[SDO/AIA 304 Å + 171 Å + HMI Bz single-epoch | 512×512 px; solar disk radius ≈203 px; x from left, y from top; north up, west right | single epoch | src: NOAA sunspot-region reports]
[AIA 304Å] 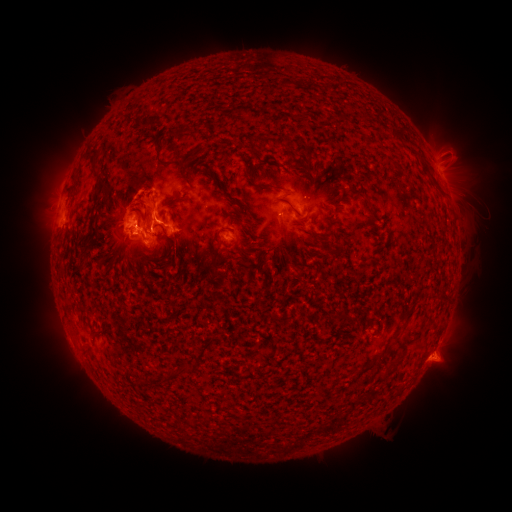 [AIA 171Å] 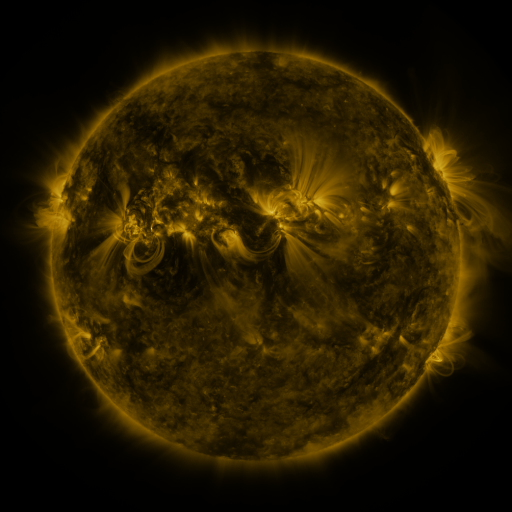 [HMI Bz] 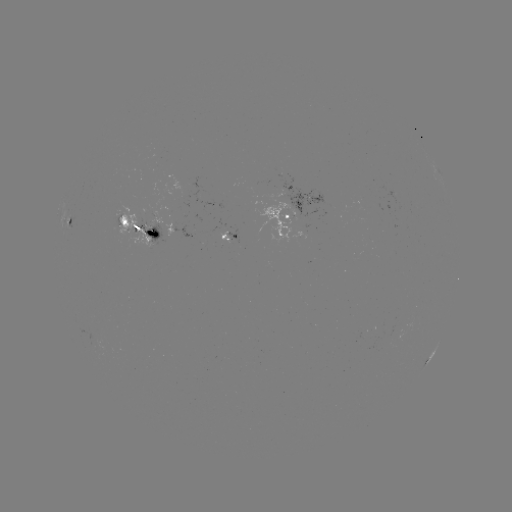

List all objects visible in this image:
spotted active region: (438, 167)
spotted active region: (299, 216)
spotted active region: (68, 222)
spotted active region: (138, 233)
spotted active region: (231, 237)
spotted active region: (431, 355)
